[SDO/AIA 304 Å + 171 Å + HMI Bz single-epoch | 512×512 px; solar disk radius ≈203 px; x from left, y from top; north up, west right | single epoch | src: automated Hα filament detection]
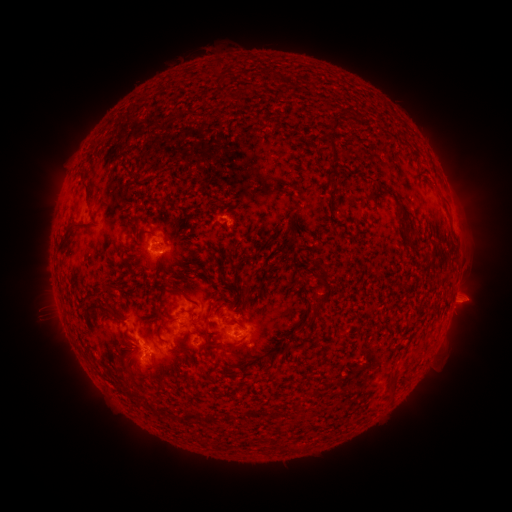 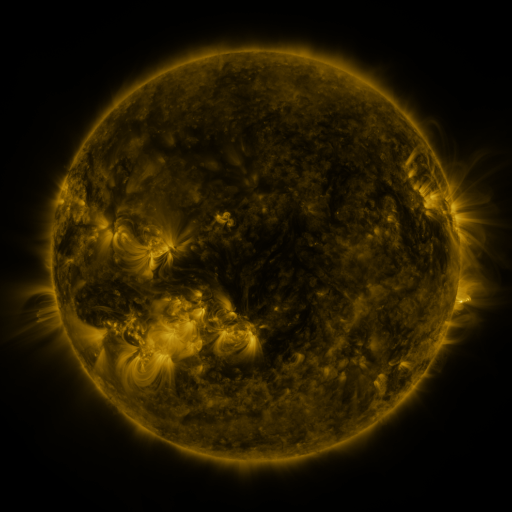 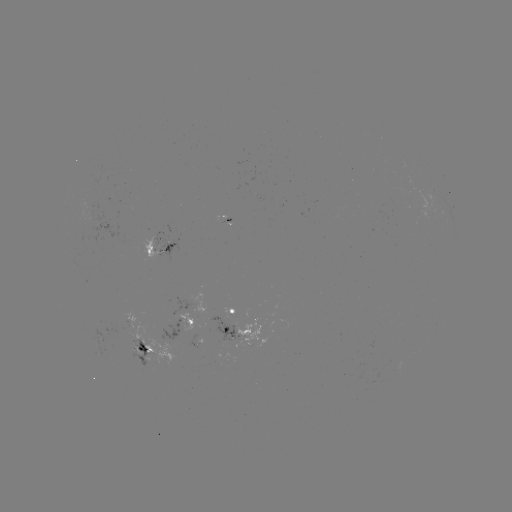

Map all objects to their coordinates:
filament: (333, 123)
filament: (331, 148)
filament: (83, 185)
filament: (442, 196)
filament: (400, 207)
filament: (77, 227)
filament: (148, 234)
filament: (413, 241)
filament: (323, 275)
filament: (246, 289)
filament: (110, 291)
filament: (179, 293)
filament: (326, 294)
filament: (99, 308)
filament: (307, 326)
filament: (293, 339)
filament: (226, 346)
filament: (276, 350)
filament: (244, 367)
filament: (394, 381)
filament: (206, 442)
